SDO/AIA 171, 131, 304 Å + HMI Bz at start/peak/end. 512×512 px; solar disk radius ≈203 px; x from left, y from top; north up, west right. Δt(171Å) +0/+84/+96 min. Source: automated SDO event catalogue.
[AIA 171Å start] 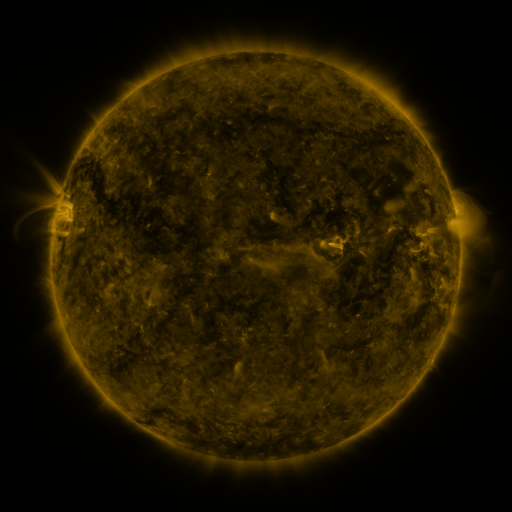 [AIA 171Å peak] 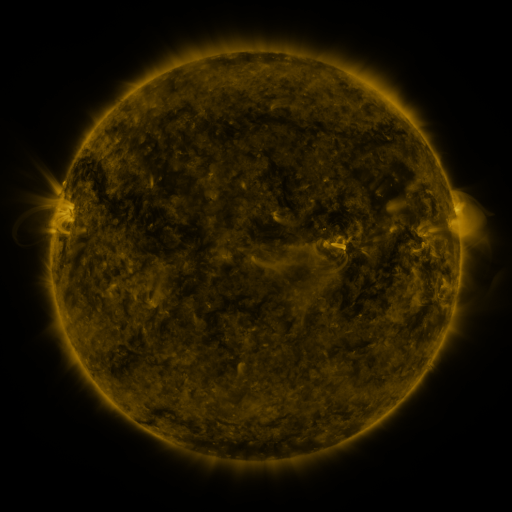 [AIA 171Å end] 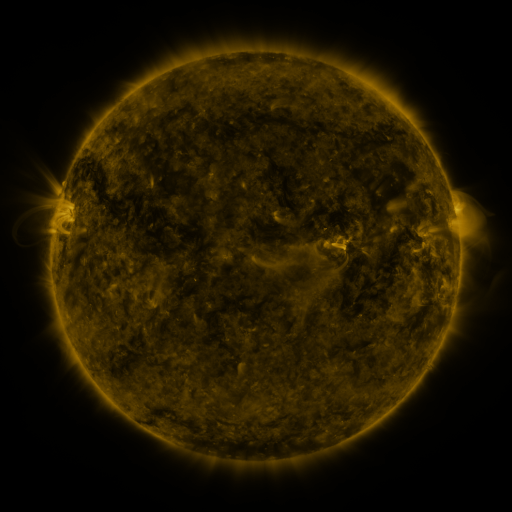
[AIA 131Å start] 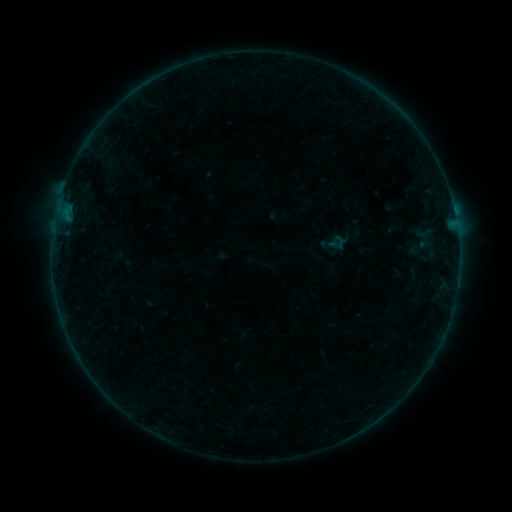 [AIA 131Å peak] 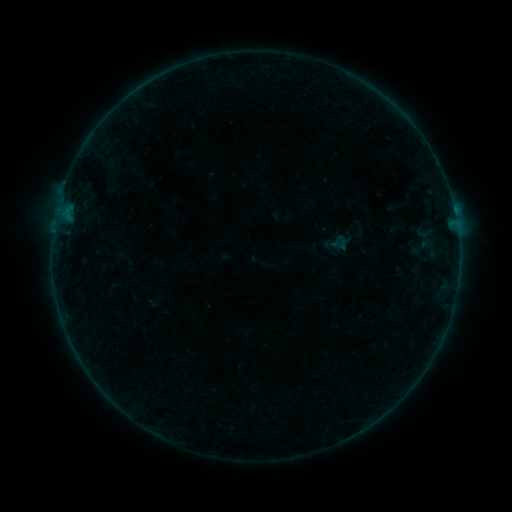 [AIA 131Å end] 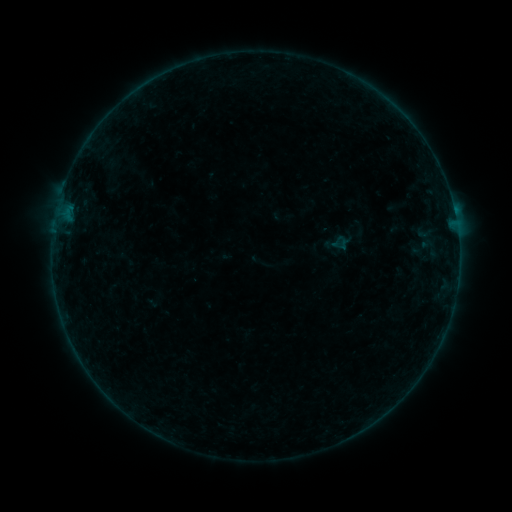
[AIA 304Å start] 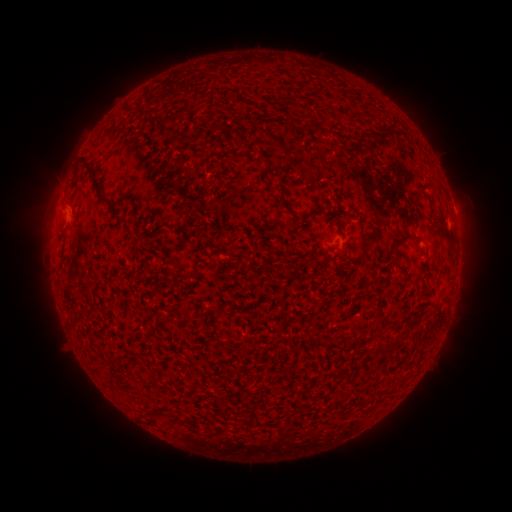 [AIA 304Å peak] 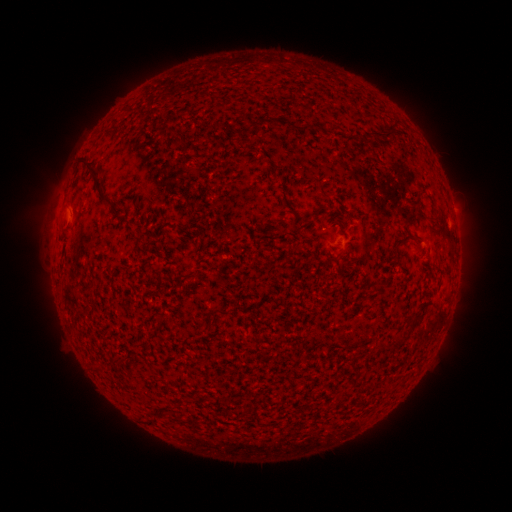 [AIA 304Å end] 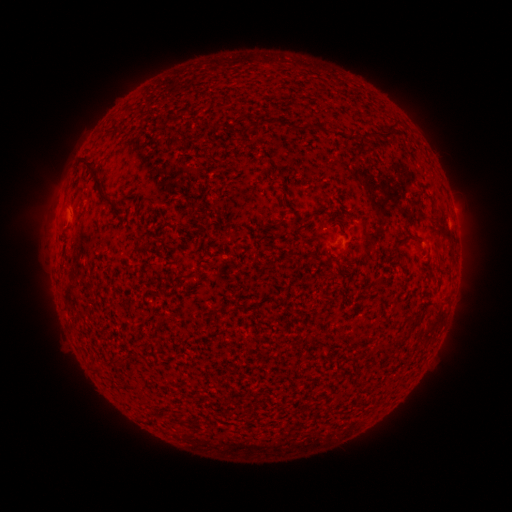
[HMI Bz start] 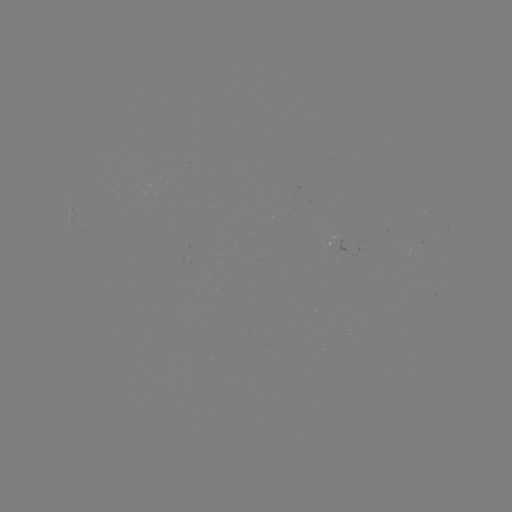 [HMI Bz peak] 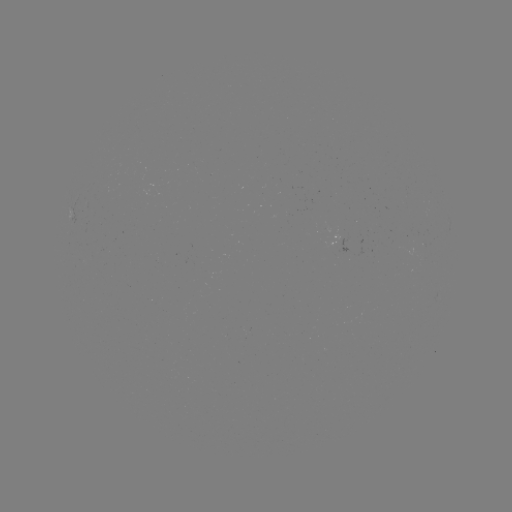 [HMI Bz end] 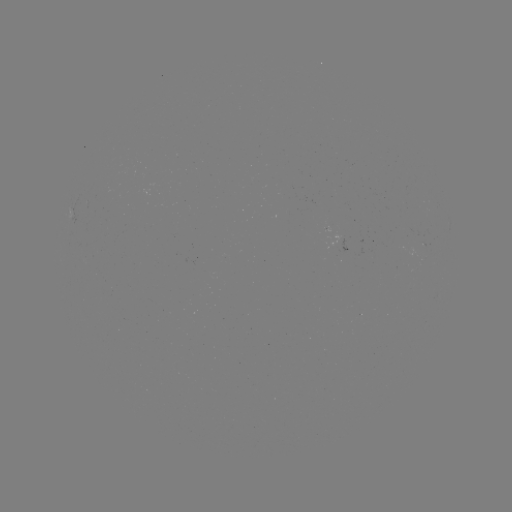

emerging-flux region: <bbox>328, 234, 342, 249</bbox>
